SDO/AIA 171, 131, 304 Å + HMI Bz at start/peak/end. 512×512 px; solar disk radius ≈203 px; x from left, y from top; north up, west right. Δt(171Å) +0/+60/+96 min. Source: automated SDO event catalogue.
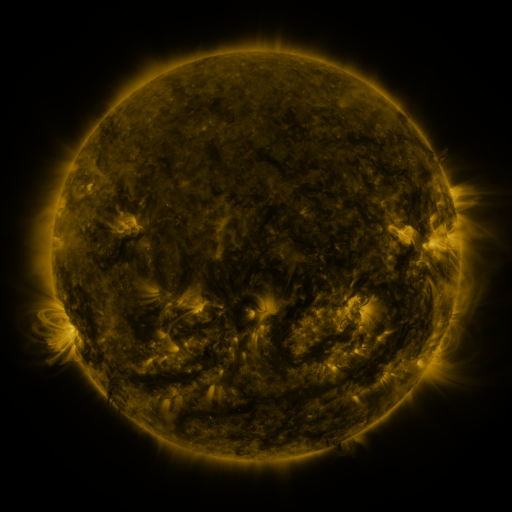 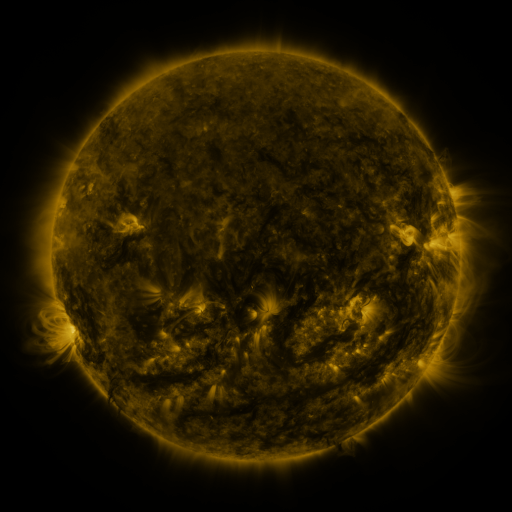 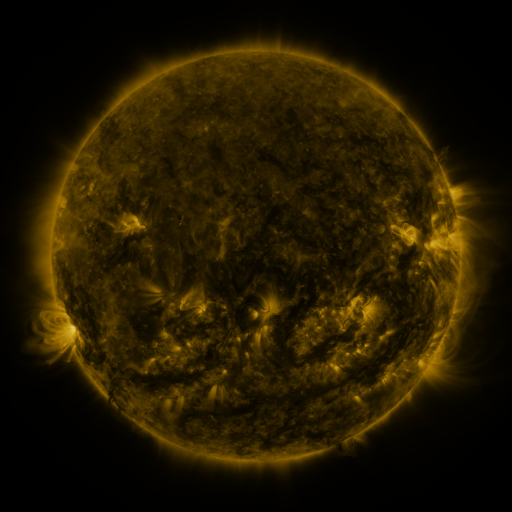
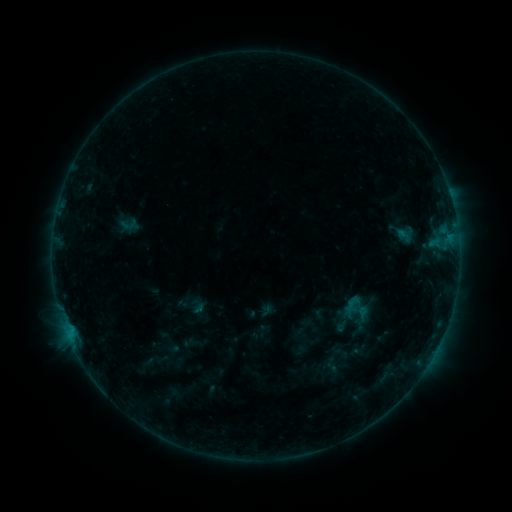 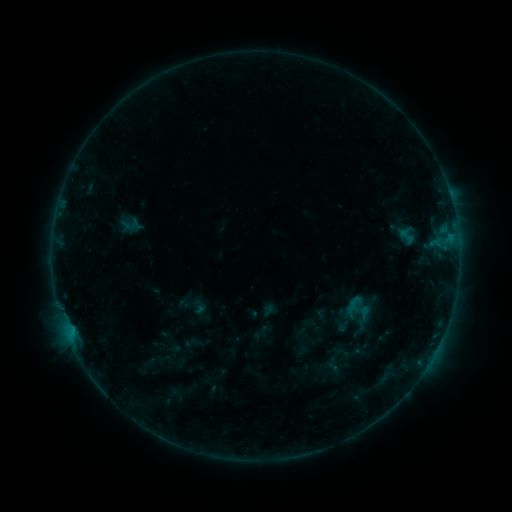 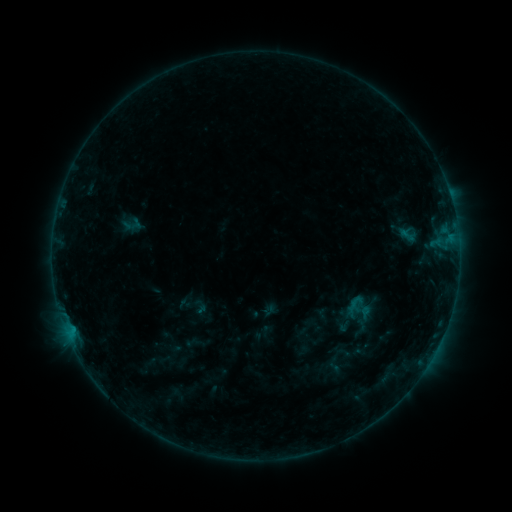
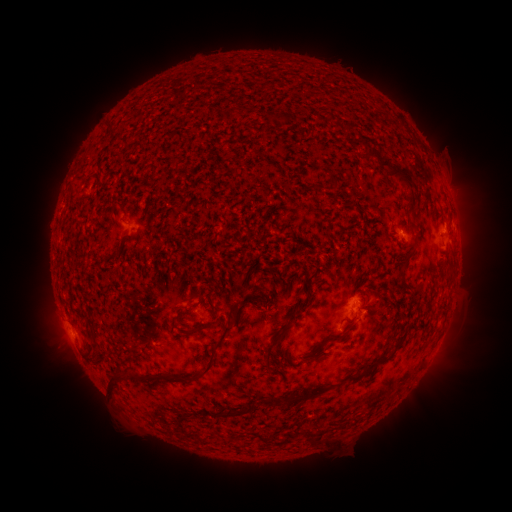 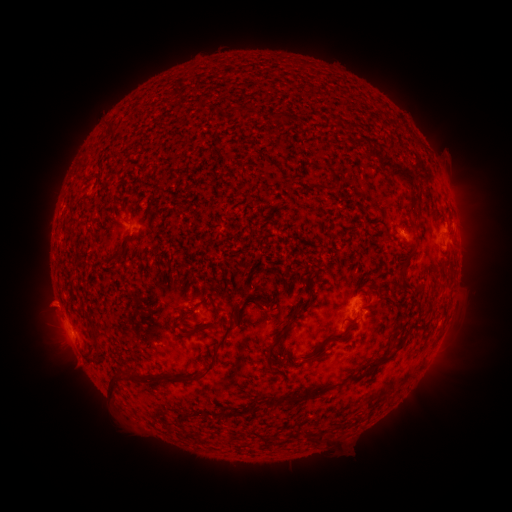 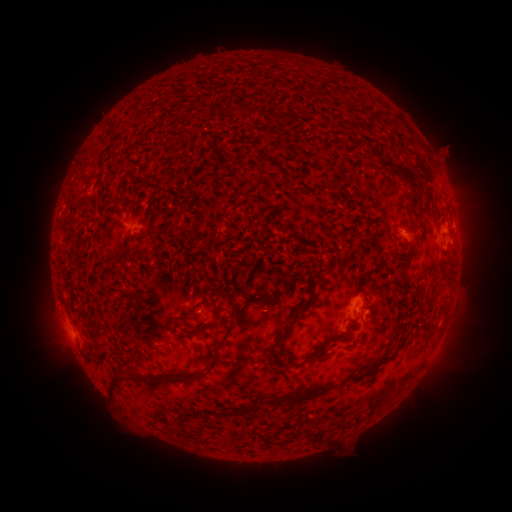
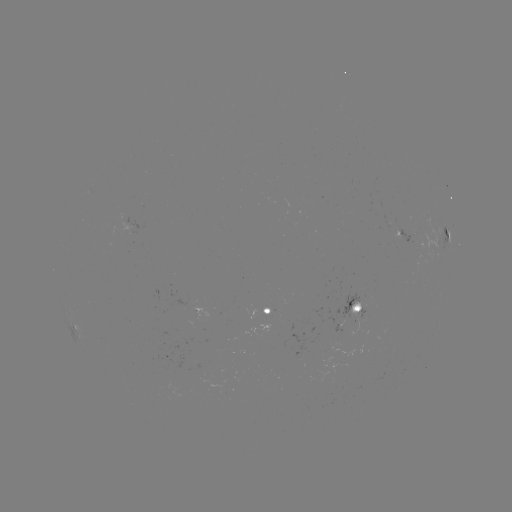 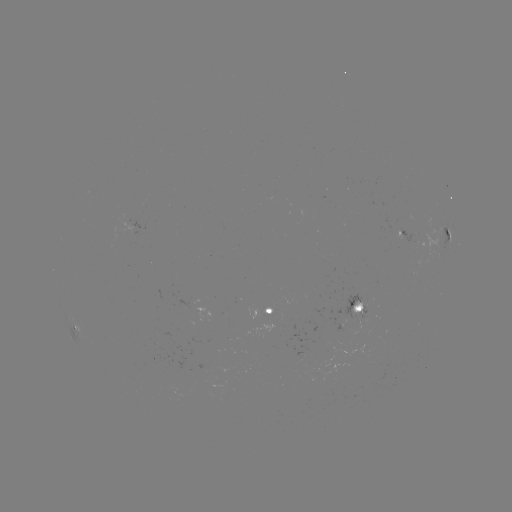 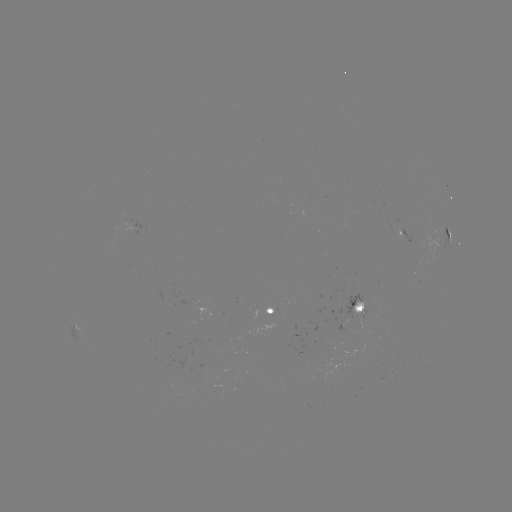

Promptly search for emerging-flux region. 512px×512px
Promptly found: [339, 332].